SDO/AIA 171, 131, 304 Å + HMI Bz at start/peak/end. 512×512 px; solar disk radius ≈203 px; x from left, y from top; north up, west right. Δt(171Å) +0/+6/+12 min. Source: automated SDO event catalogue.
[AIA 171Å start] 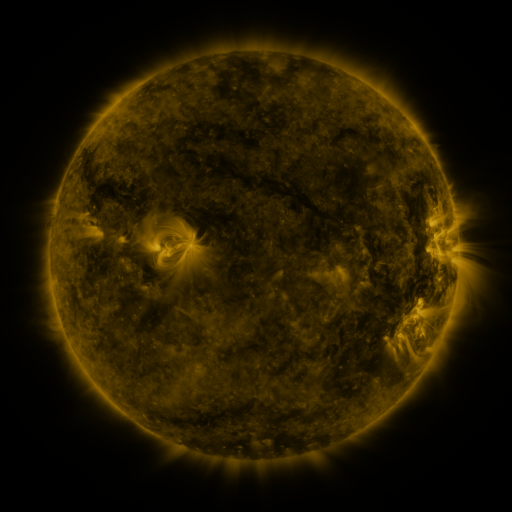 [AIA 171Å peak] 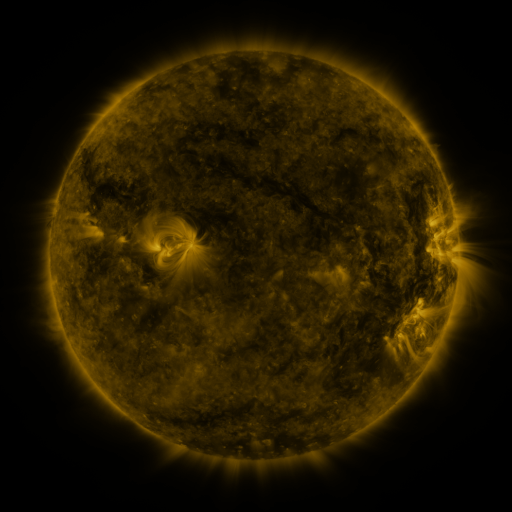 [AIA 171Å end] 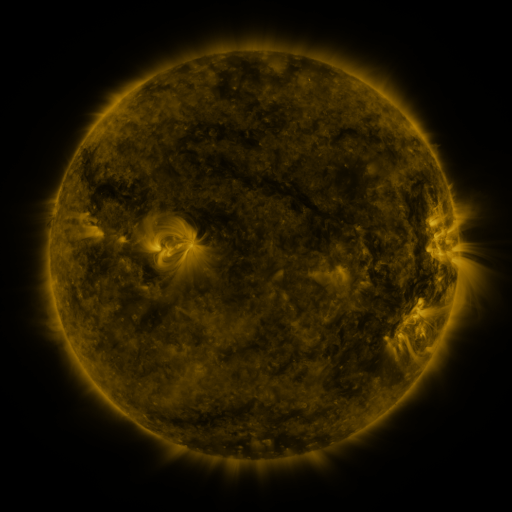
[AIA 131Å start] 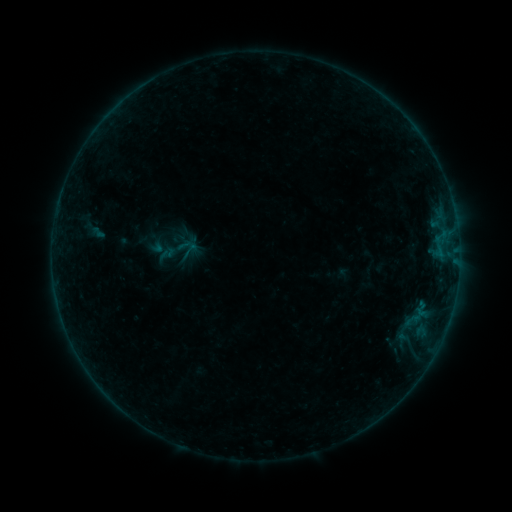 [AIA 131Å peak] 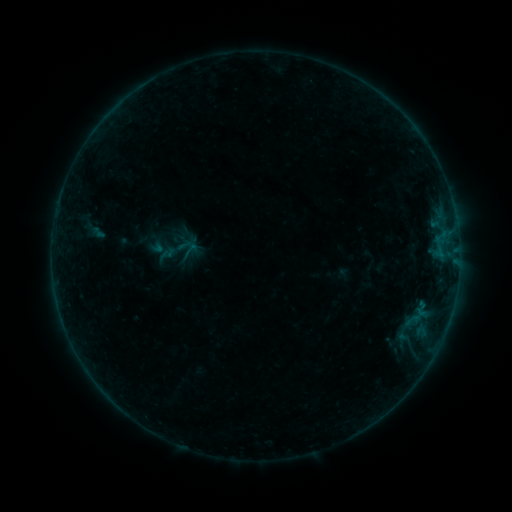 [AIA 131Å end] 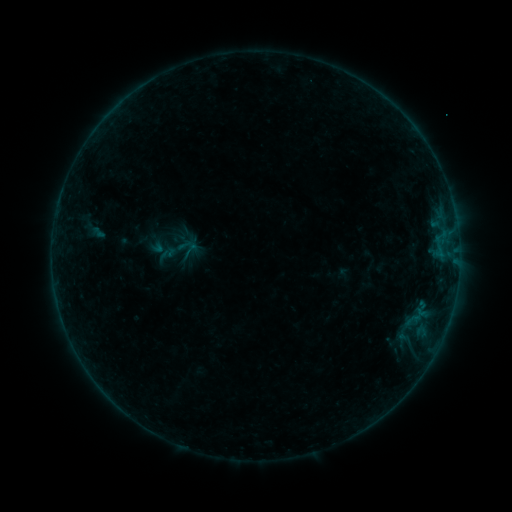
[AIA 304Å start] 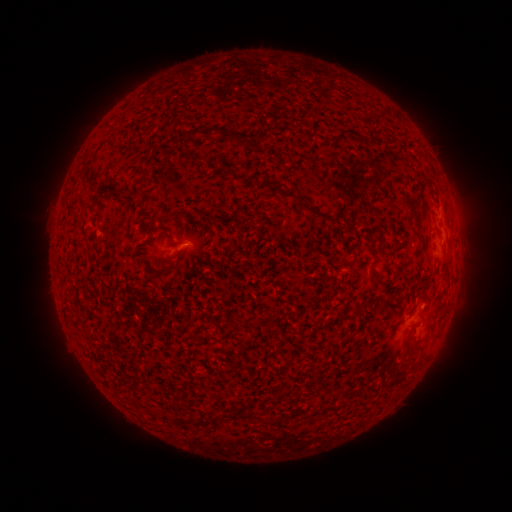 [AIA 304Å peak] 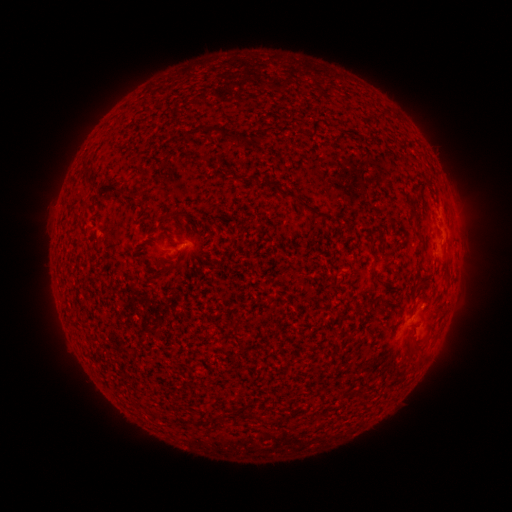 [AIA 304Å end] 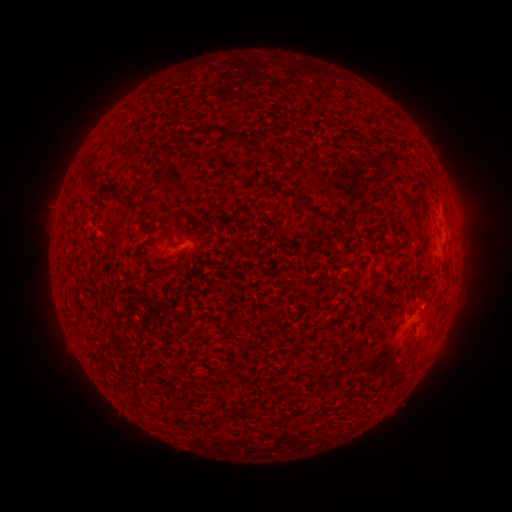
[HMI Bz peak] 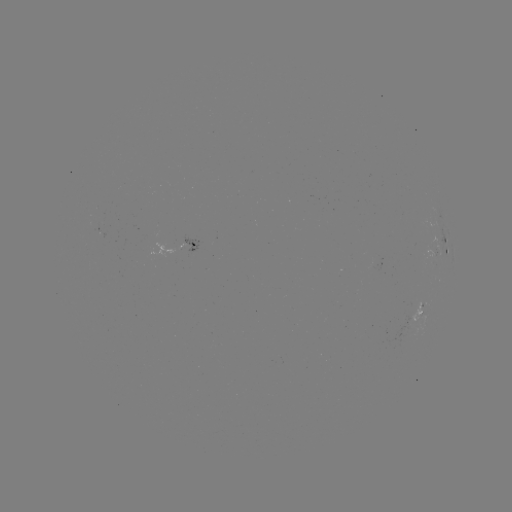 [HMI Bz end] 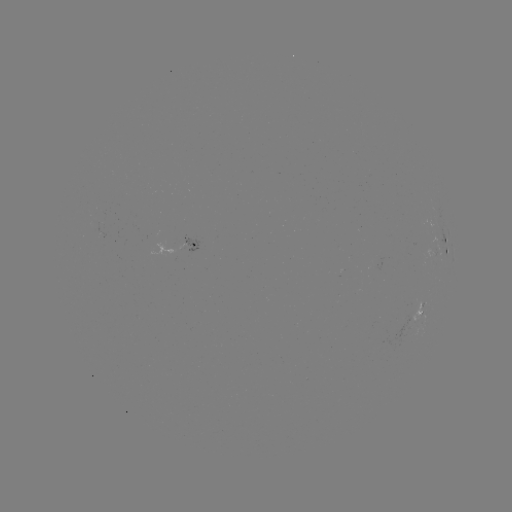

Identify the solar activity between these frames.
no catalogued flare and no flagged EUV brightening in this window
